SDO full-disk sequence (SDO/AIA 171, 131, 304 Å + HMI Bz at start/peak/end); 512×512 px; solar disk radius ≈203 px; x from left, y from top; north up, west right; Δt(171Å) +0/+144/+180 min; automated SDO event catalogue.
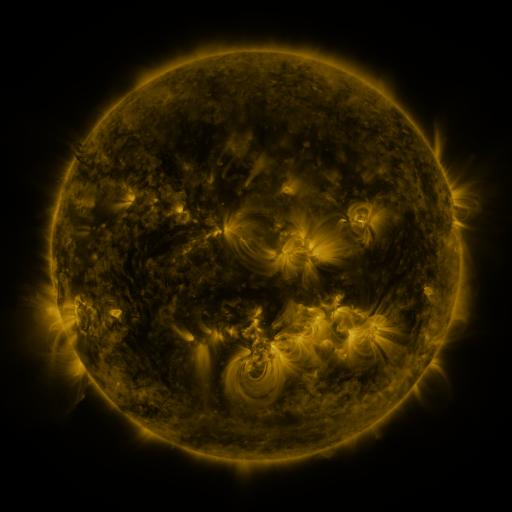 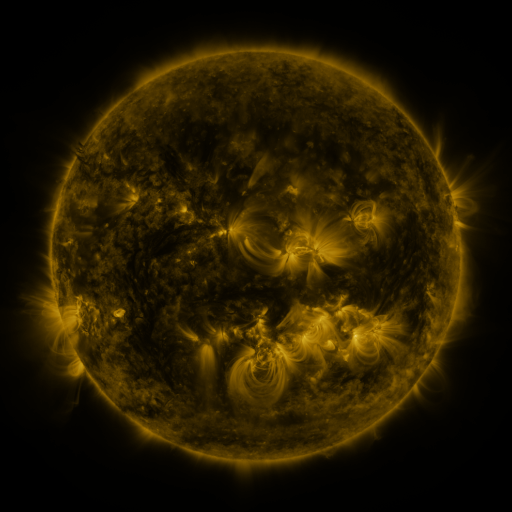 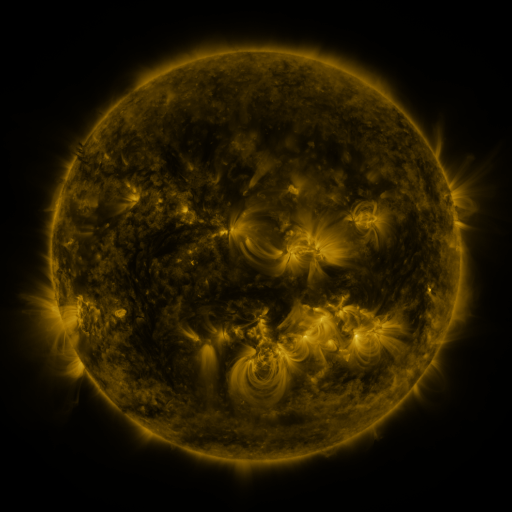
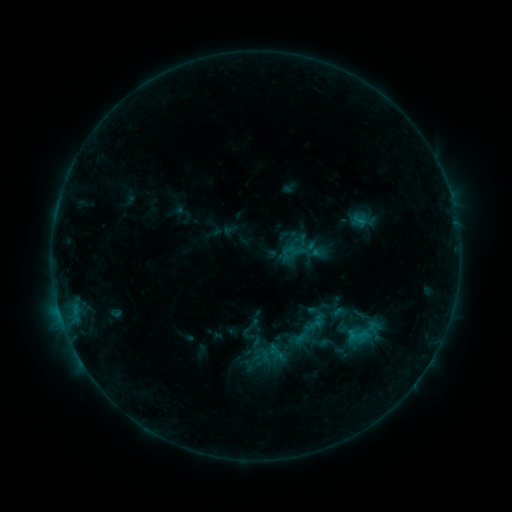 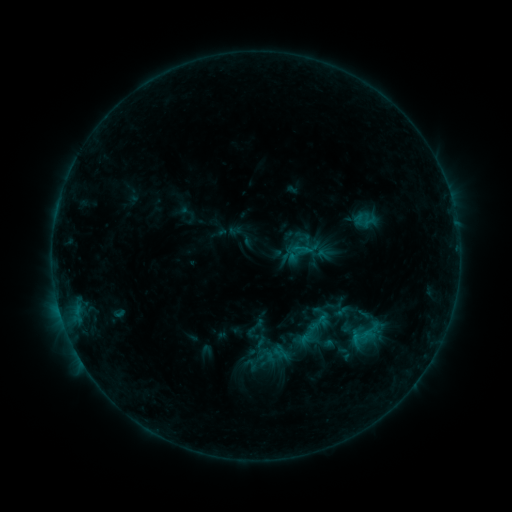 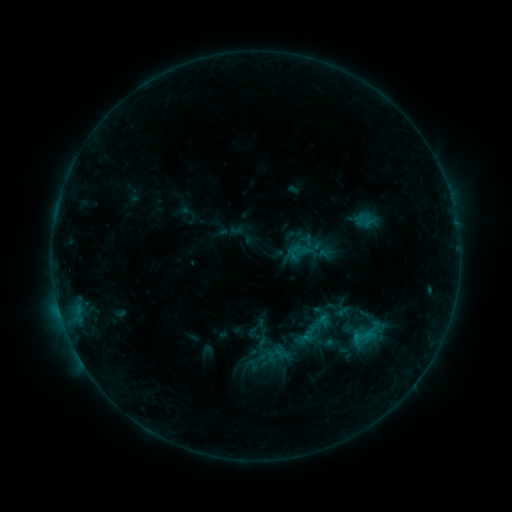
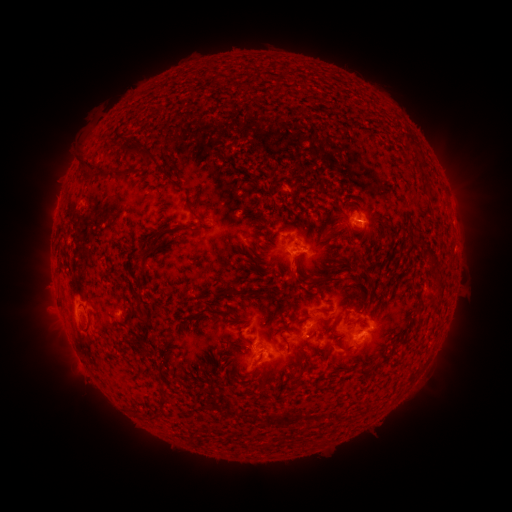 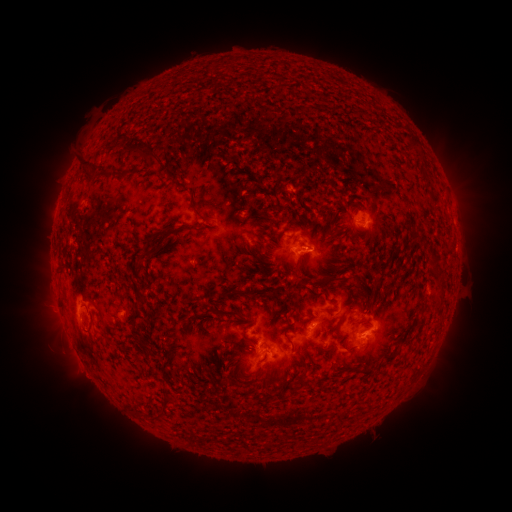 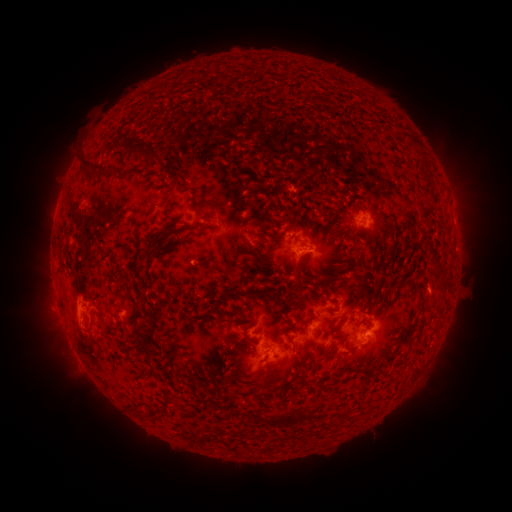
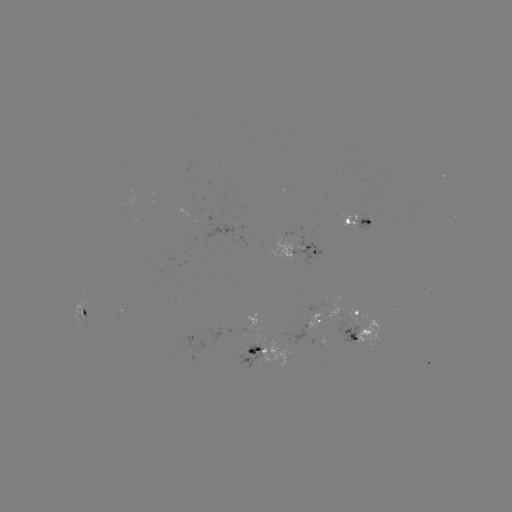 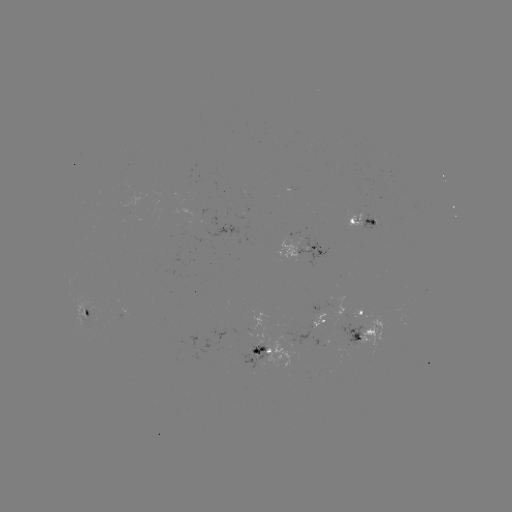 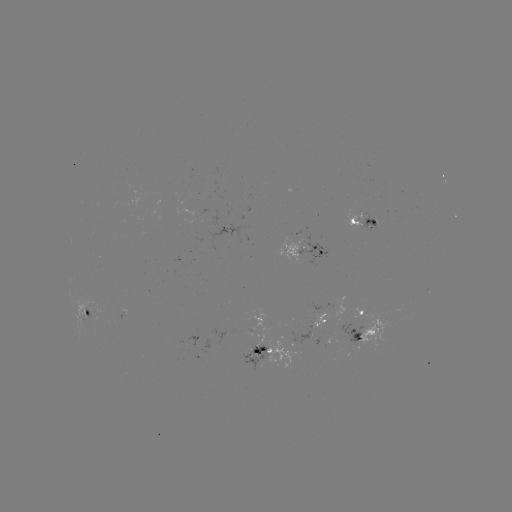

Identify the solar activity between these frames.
emerging-flux region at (259, 358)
